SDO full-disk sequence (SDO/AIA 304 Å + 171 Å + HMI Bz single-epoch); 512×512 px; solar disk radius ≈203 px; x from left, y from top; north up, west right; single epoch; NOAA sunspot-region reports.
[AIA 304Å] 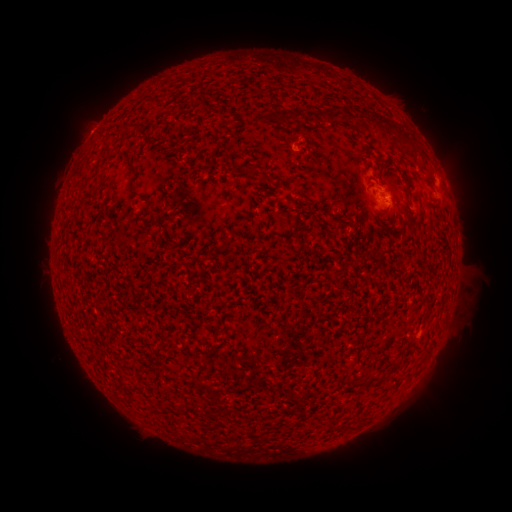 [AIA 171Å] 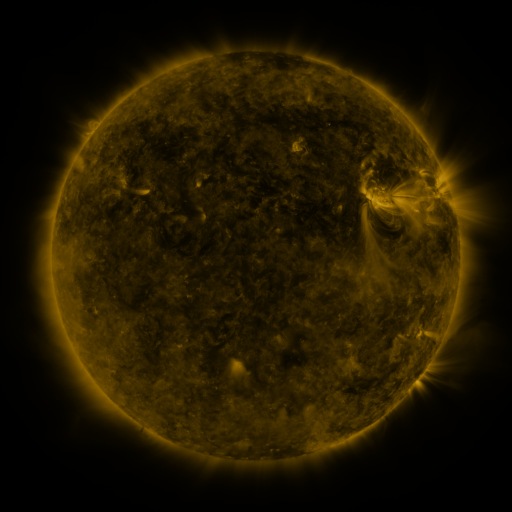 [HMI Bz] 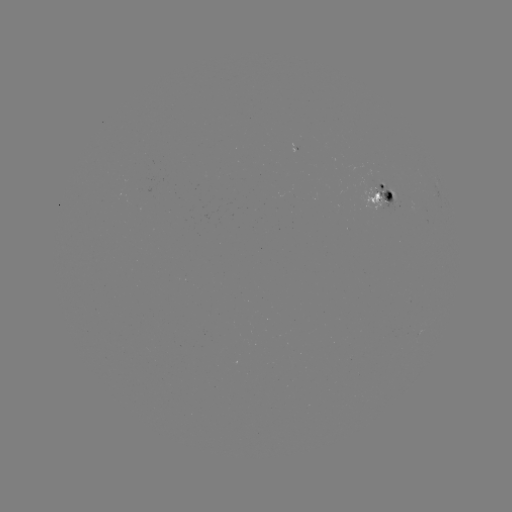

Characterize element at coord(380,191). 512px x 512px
spotted active region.